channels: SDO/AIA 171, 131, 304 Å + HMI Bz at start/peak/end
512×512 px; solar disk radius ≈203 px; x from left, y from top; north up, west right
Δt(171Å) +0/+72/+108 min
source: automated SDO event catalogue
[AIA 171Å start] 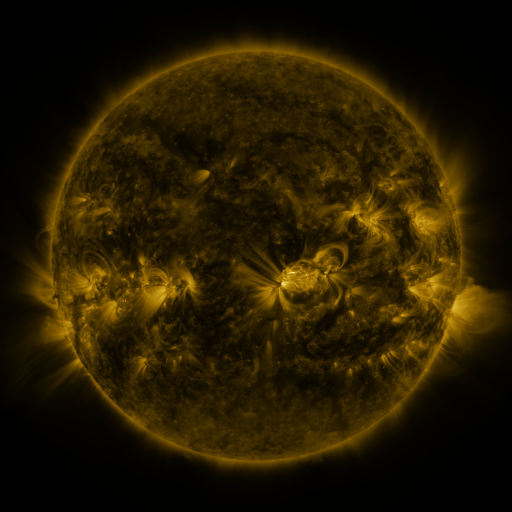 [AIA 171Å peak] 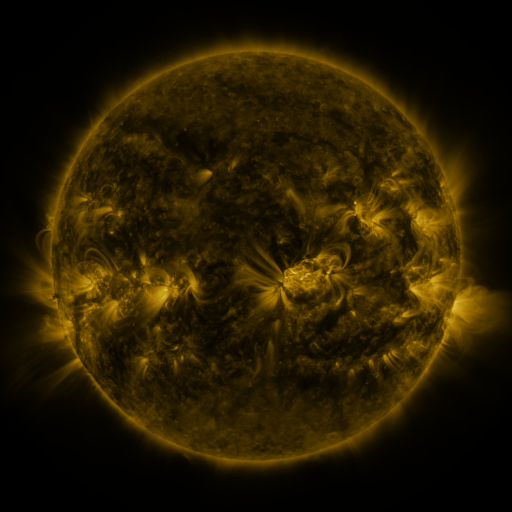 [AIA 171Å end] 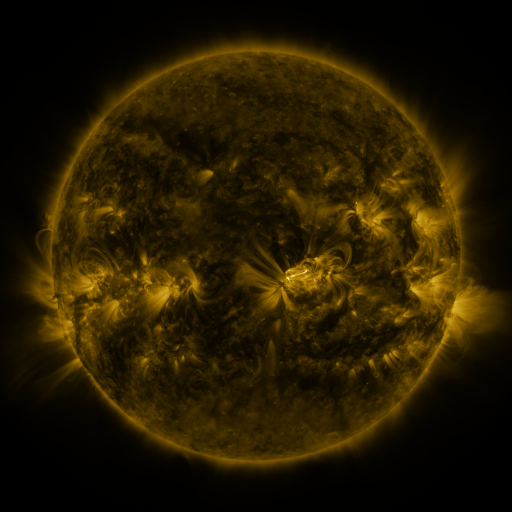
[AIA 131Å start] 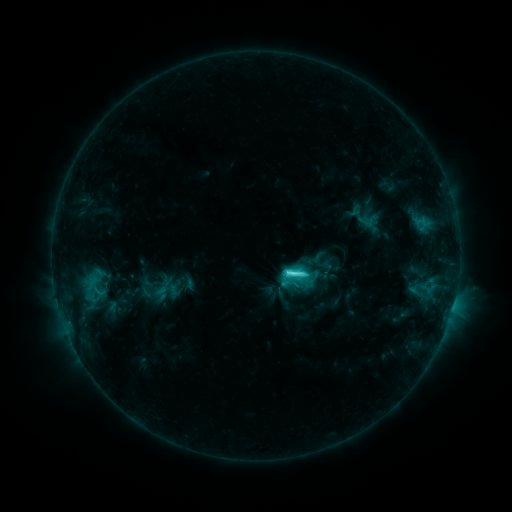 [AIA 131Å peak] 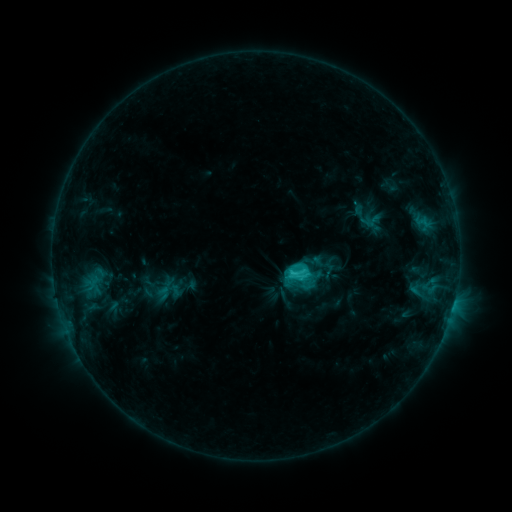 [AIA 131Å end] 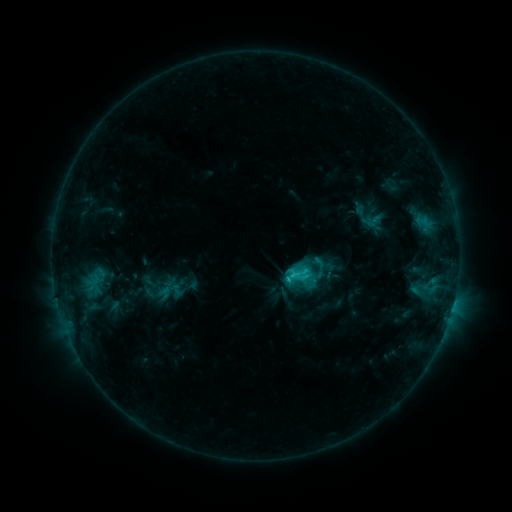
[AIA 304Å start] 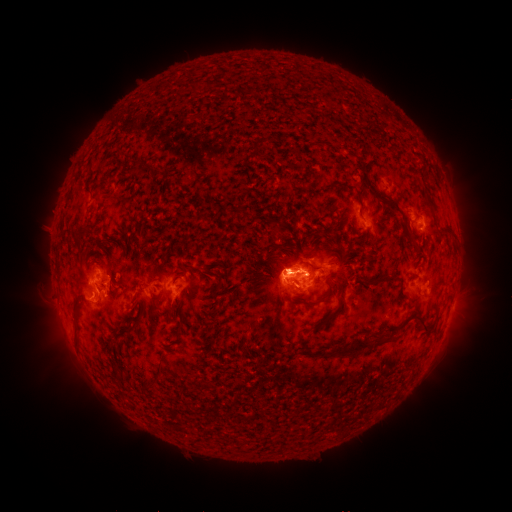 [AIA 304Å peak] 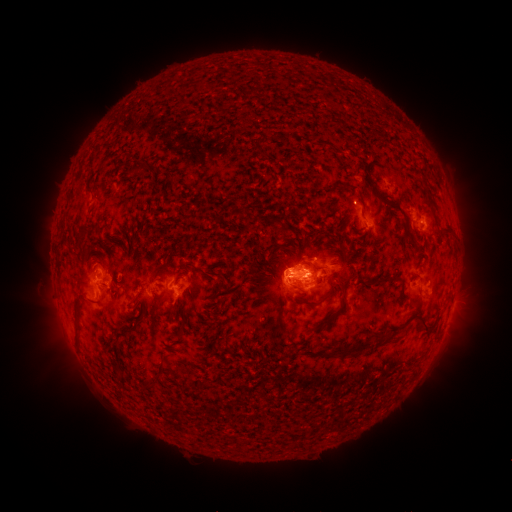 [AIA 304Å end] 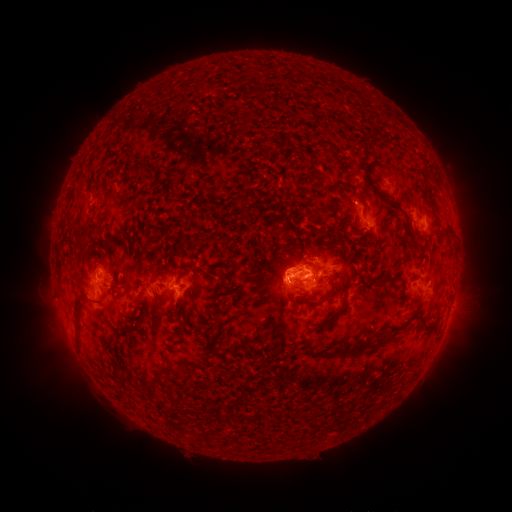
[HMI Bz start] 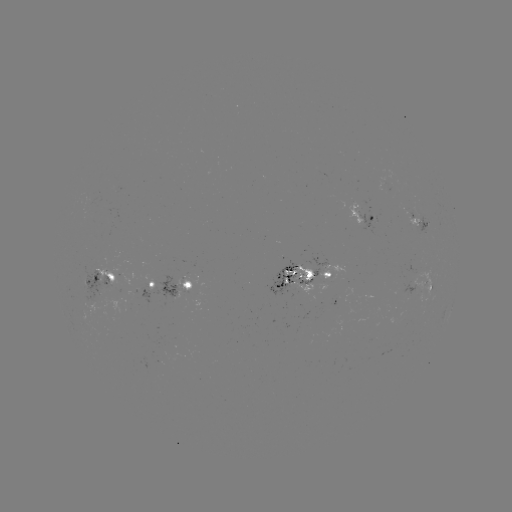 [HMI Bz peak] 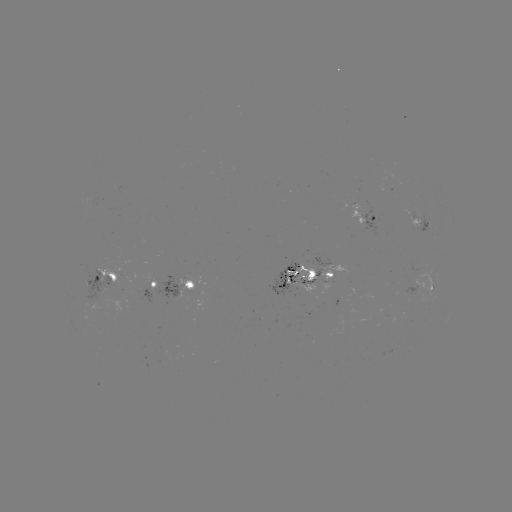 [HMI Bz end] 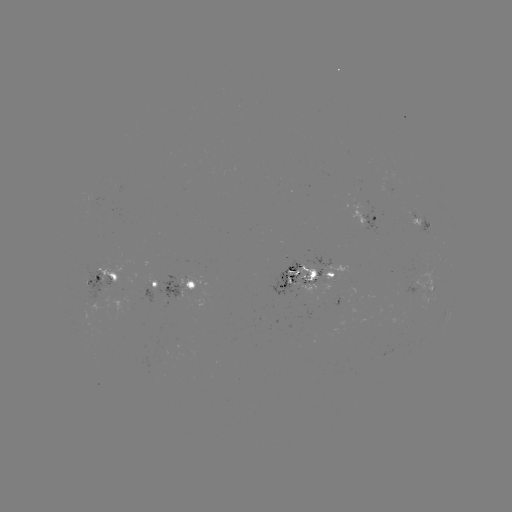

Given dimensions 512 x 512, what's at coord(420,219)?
emerging-flux region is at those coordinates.